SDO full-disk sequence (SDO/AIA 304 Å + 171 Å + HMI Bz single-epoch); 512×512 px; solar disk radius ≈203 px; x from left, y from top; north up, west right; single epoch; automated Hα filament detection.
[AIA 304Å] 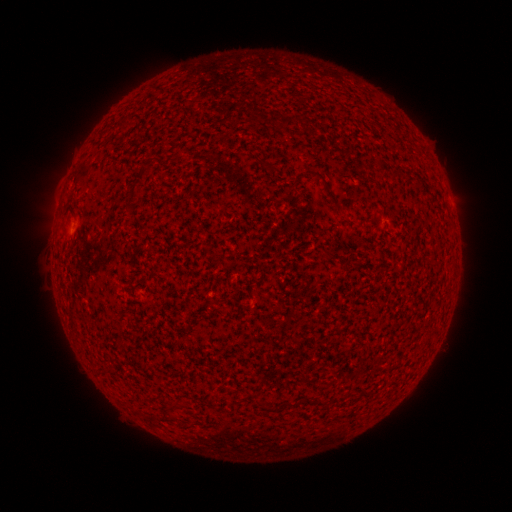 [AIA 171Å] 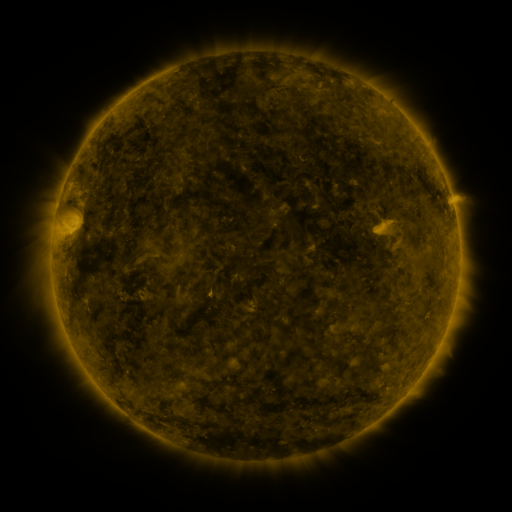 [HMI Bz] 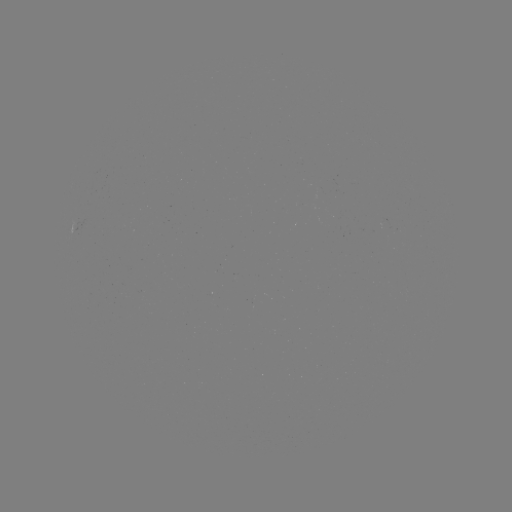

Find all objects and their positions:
filament: [280, 116, 290, 128]
filament: [115, 119, 127, 132]
filament: [144, 153, 151, 164]
filament: [261, 161, 278, 173]
filament: [137, 168, 149, 178]
filament: [391, 169, 402, 179]
filament: [310, 171, 339, 208]
filament: [128, 185, 140, 202]
filament: [322, 248, 335, 260]
filament: [286, 400, 297, 408]
